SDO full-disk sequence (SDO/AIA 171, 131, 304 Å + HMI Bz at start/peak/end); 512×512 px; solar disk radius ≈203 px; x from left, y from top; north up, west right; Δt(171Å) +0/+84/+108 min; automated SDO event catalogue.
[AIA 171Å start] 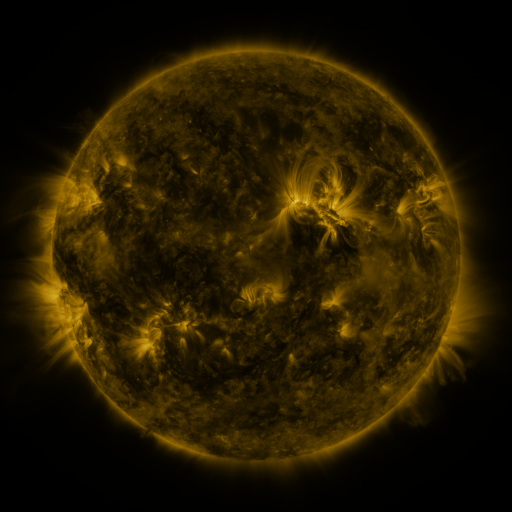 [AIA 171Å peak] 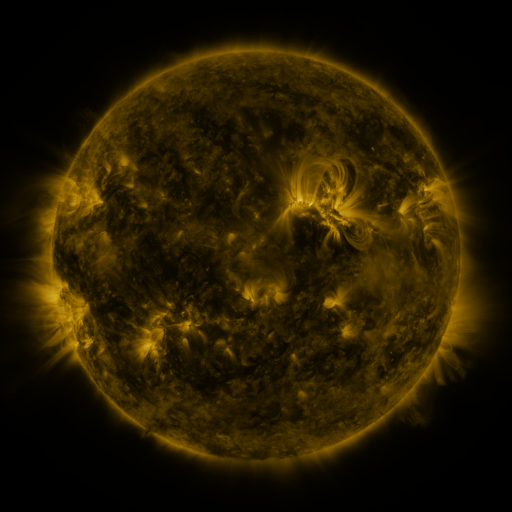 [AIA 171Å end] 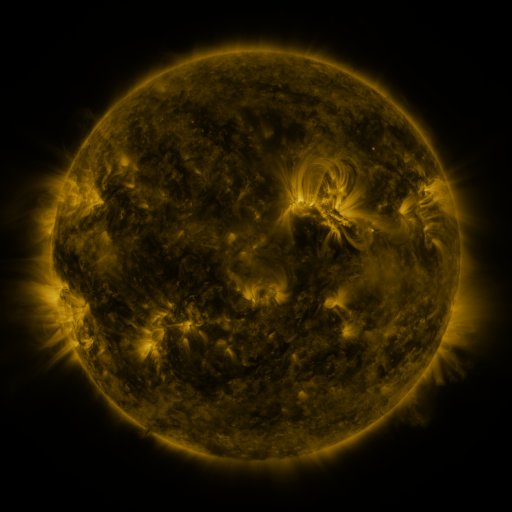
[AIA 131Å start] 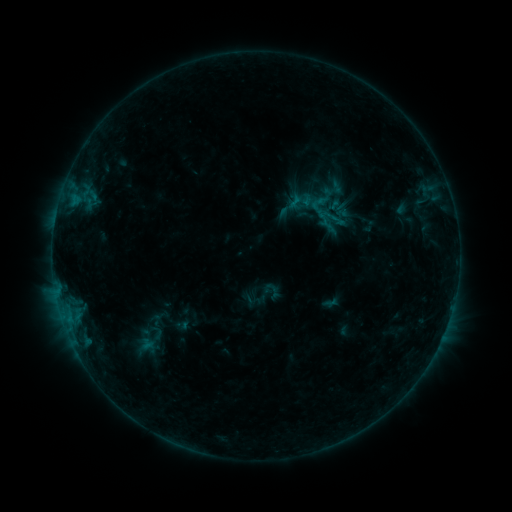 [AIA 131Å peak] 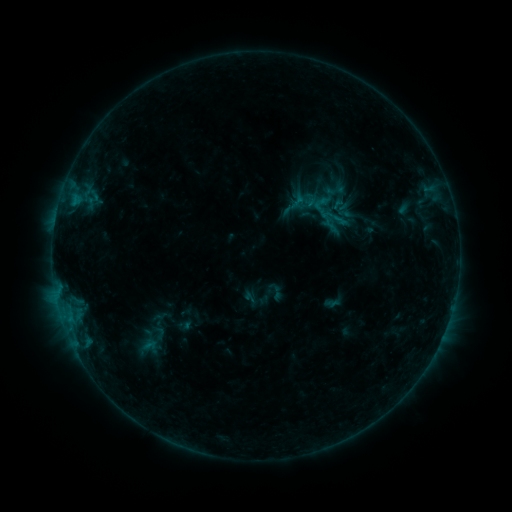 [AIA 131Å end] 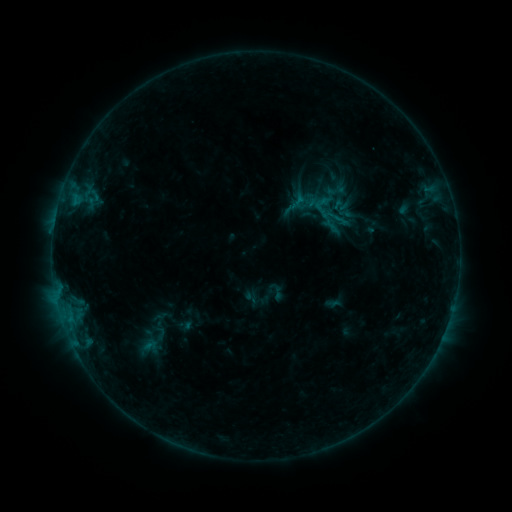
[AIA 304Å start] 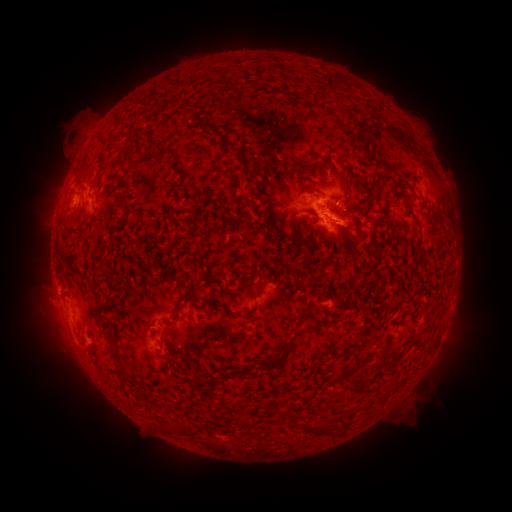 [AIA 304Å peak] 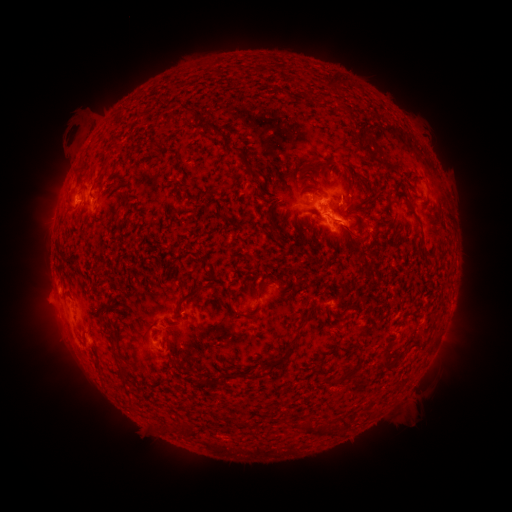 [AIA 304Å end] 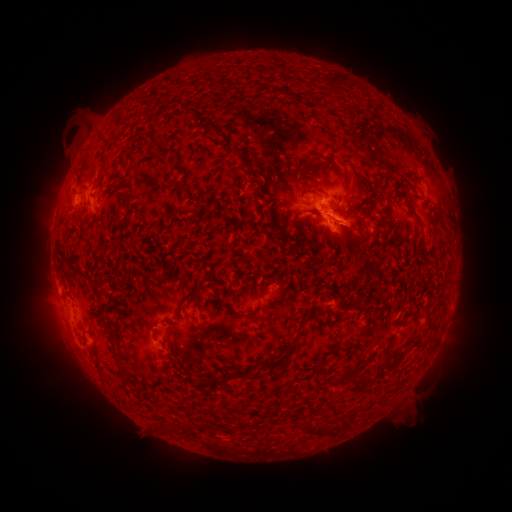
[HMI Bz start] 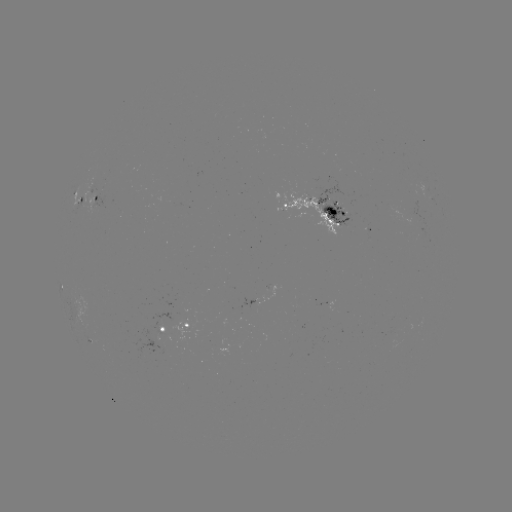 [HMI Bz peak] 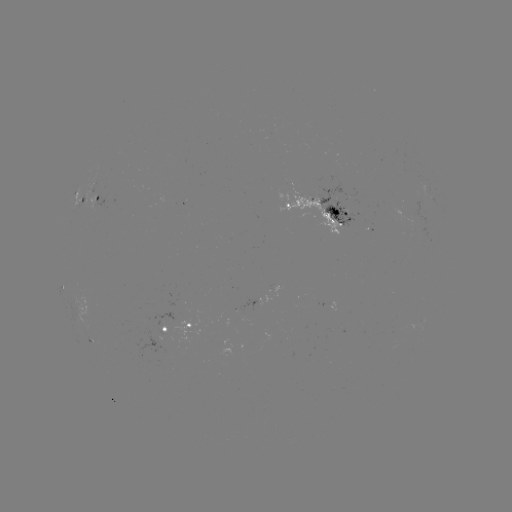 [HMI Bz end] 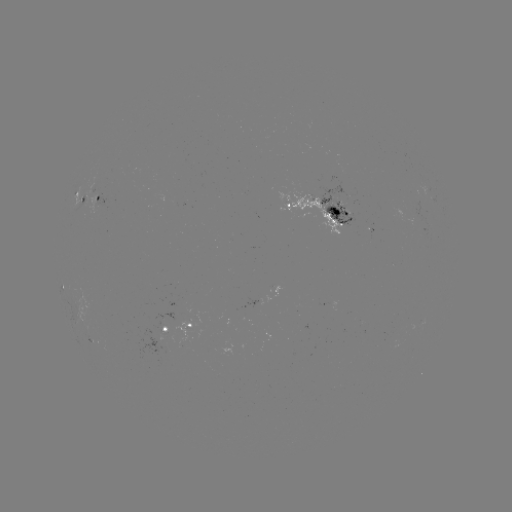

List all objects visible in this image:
emerging-flux region: (161, 340)
